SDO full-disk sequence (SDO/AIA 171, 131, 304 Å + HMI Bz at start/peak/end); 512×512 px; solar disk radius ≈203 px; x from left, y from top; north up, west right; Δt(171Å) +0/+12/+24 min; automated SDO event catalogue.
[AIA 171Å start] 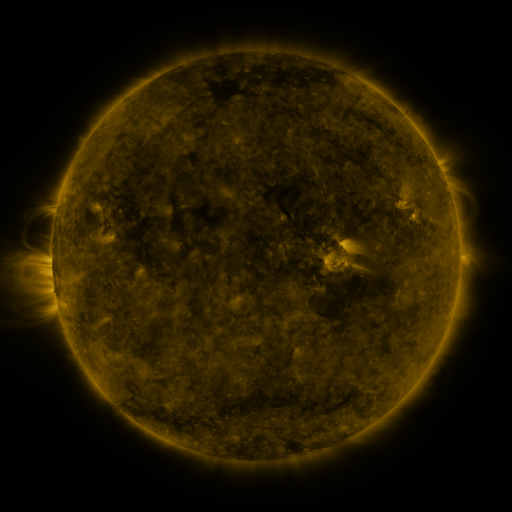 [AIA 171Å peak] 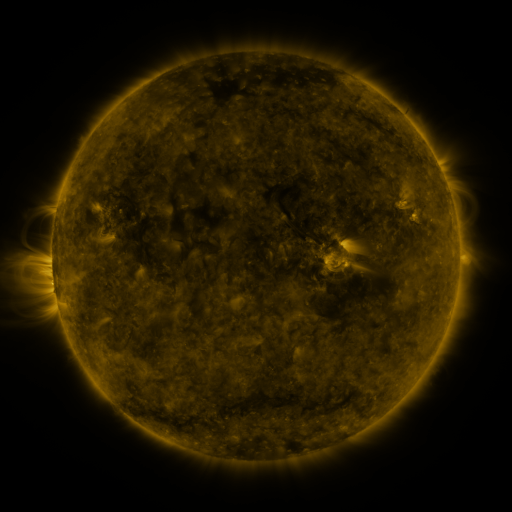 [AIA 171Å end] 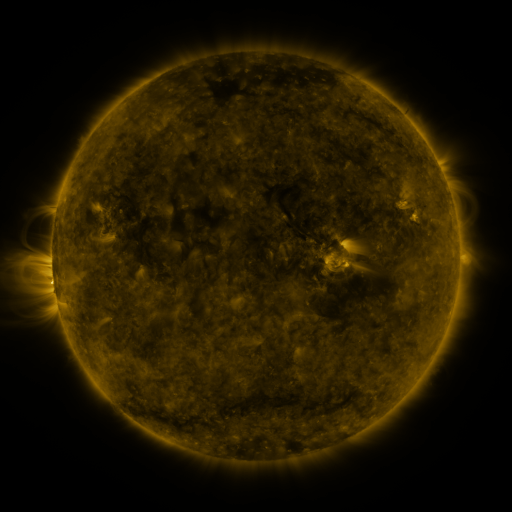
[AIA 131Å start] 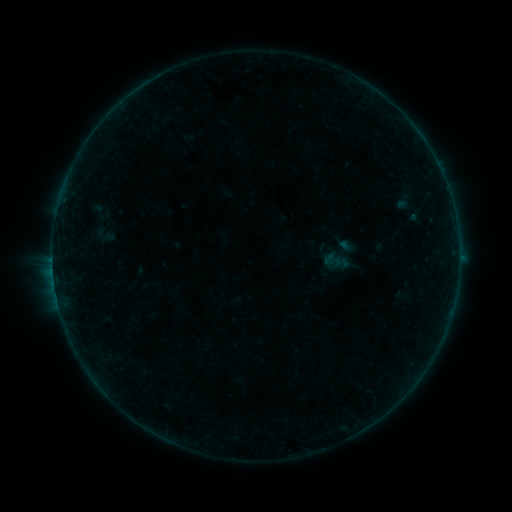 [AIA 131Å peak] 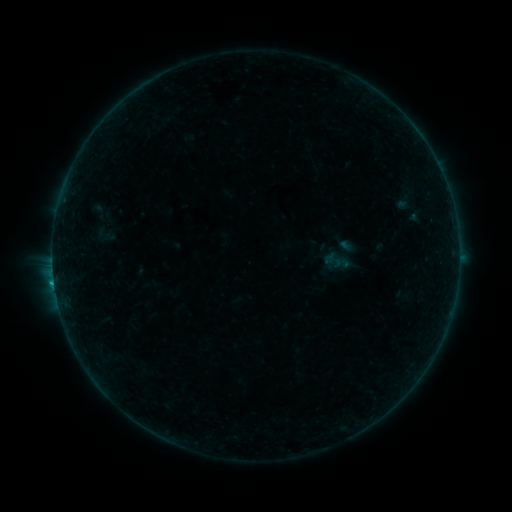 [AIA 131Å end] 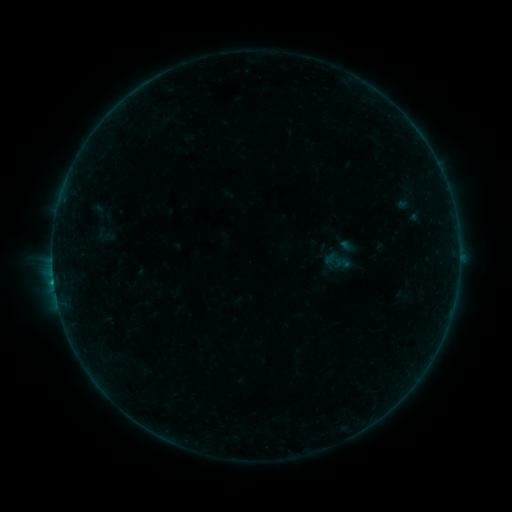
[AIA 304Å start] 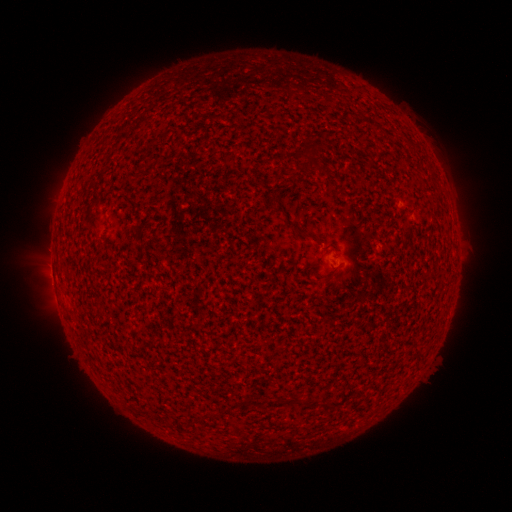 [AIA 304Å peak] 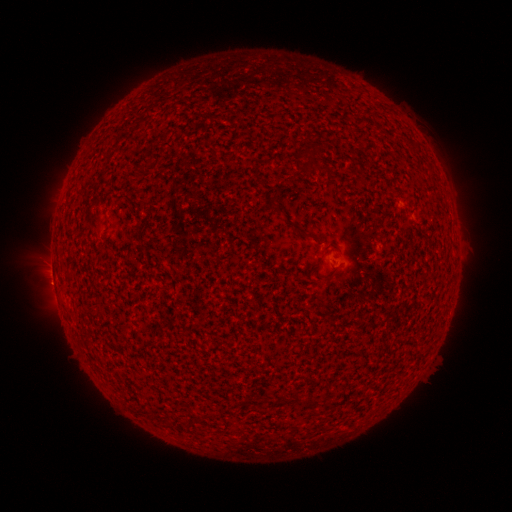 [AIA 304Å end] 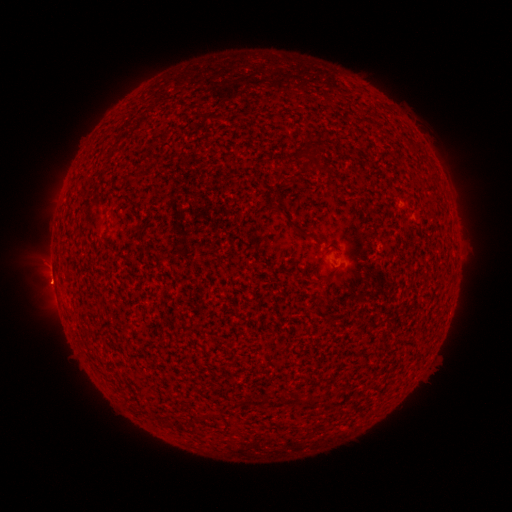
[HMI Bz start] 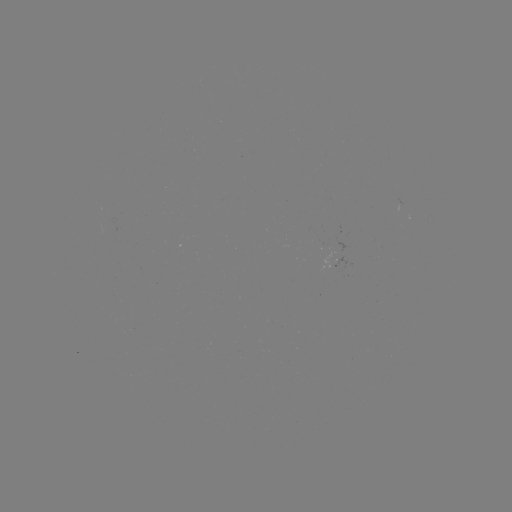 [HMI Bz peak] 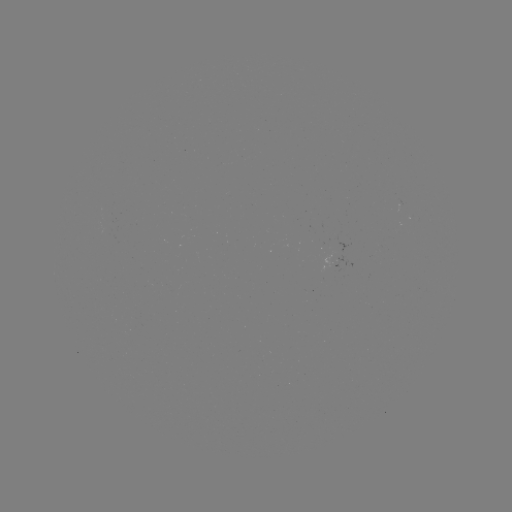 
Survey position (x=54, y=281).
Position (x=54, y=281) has B4.1 flare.